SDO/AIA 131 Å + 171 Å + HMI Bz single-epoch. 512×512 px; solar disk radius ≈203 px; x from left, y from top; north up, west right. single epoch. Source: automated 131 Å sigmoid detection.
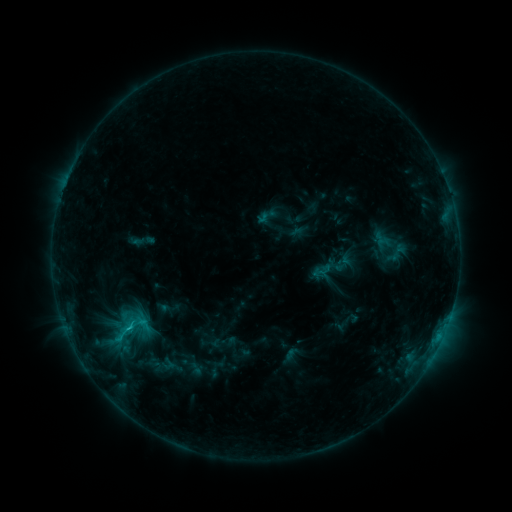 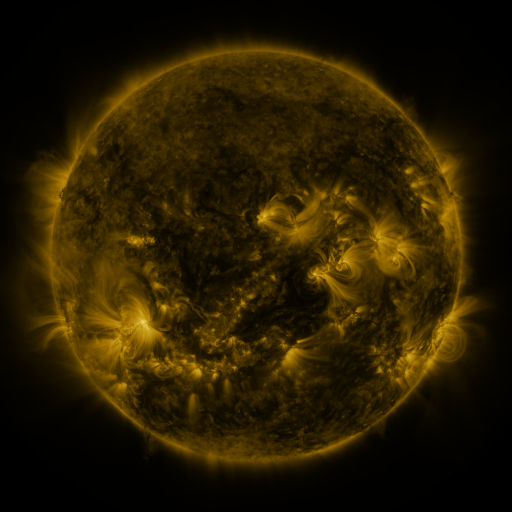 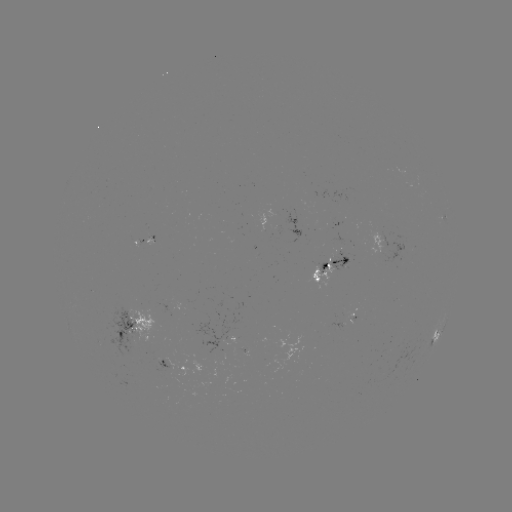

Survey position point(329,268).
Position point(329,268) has sigmoid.